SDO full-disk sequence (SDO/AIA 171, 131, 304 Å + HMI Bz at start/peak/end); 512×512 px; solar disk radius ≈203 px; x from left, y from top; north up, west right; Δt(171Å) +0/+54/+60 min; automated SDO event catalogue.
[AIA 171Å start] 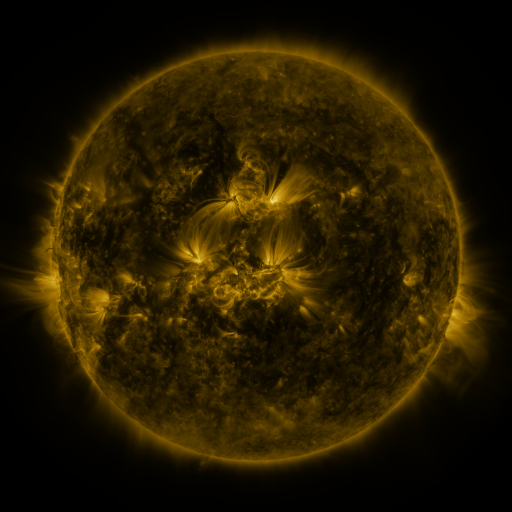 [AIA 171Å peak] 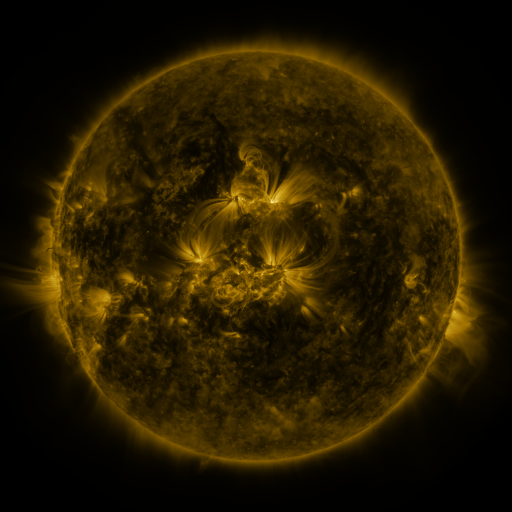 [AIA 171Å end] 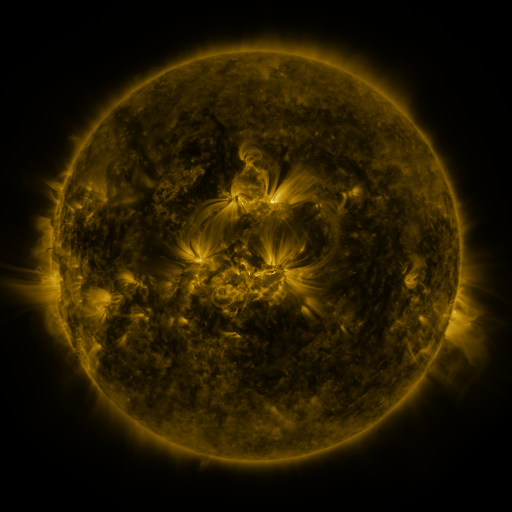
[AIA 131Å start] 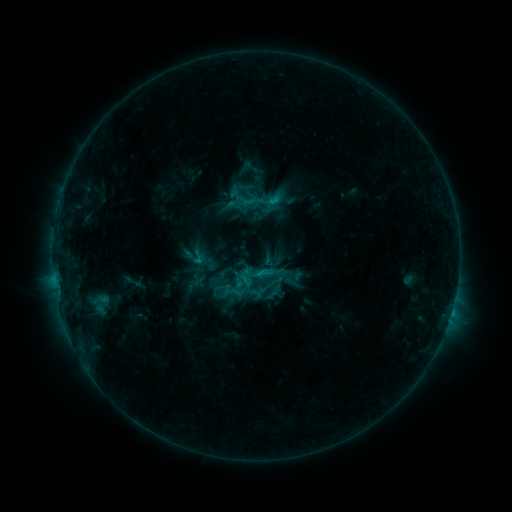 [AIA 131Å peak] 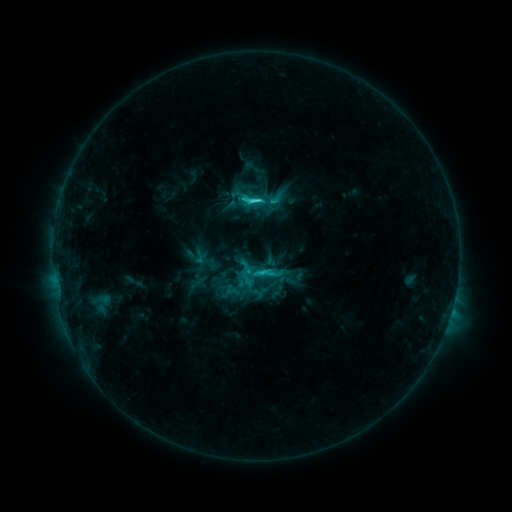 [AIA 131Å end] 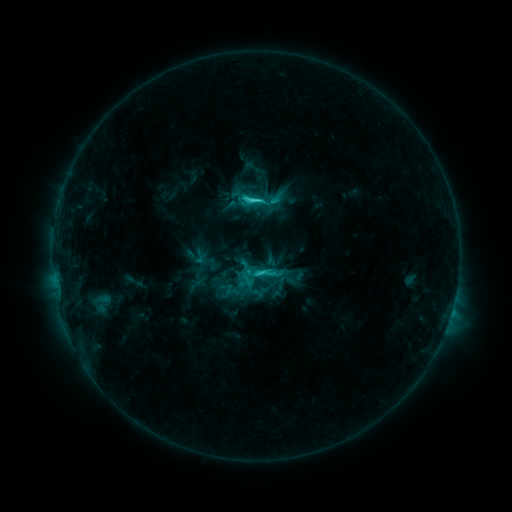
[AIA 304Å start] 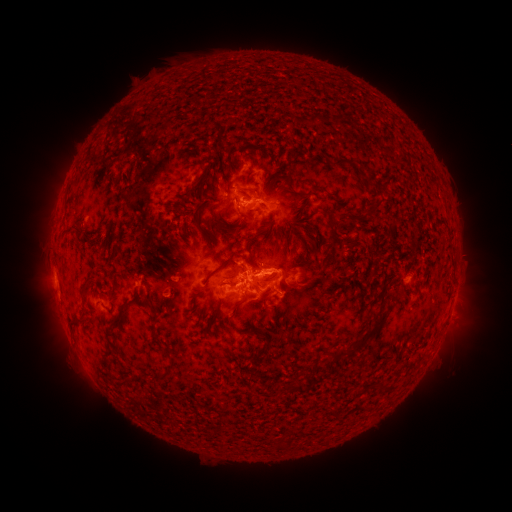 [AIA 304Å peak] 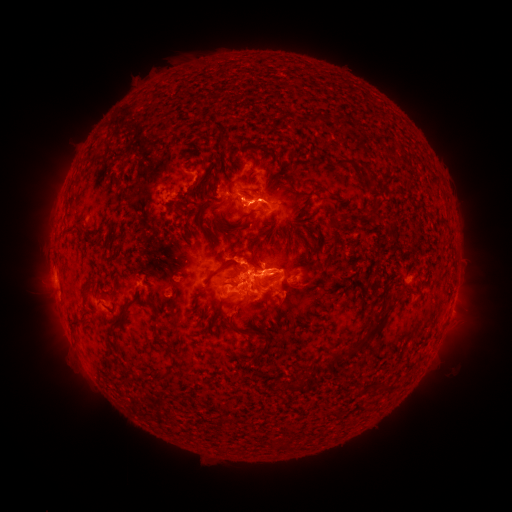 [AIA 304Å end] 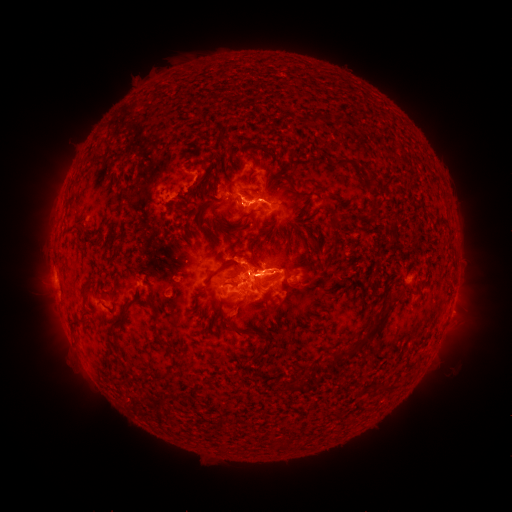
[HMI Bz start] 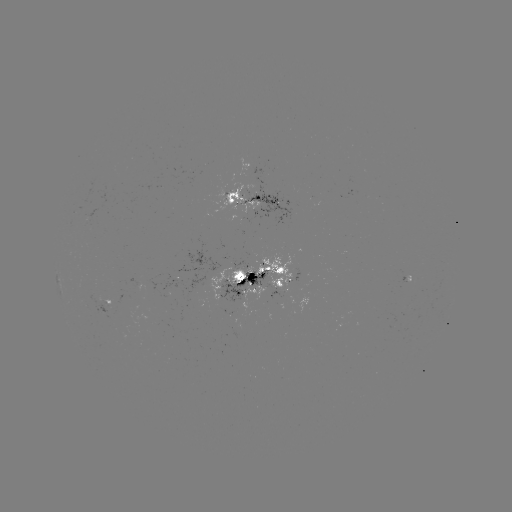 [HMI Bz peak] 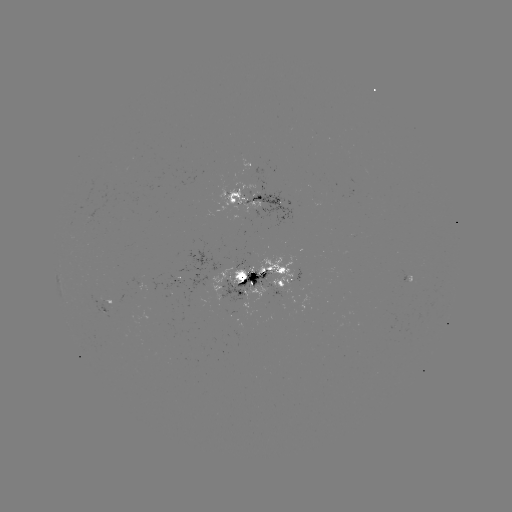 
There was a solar flare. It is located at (256, 202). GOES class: C4.9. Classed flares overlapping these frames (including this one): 1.